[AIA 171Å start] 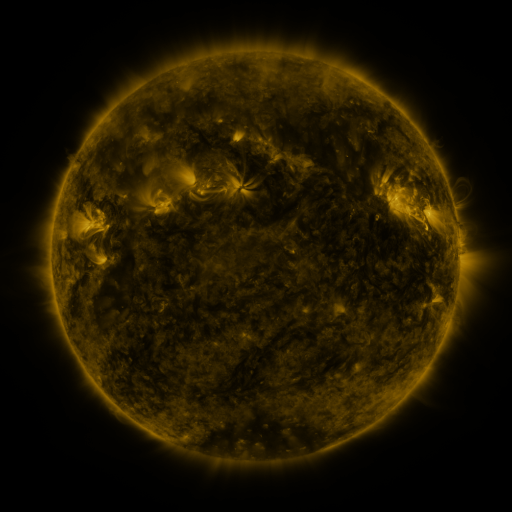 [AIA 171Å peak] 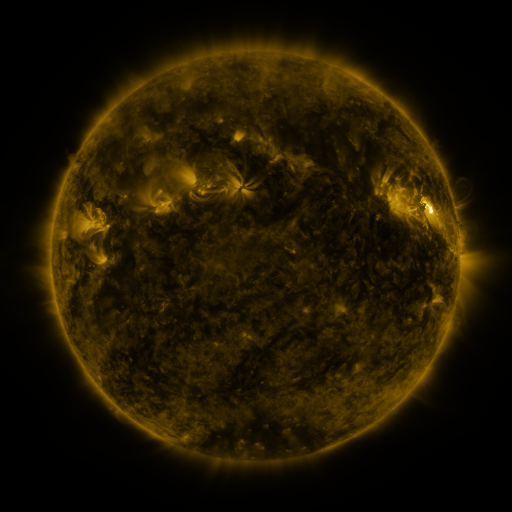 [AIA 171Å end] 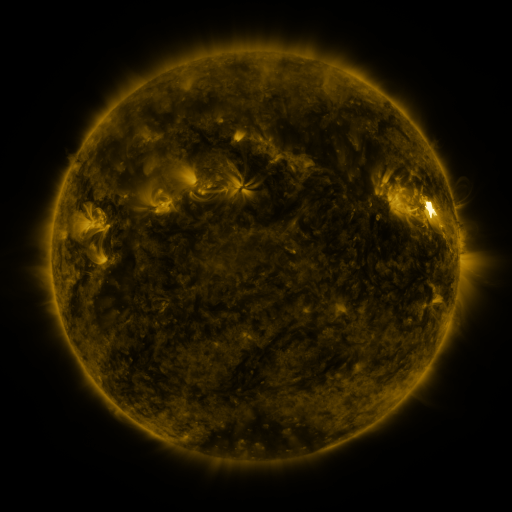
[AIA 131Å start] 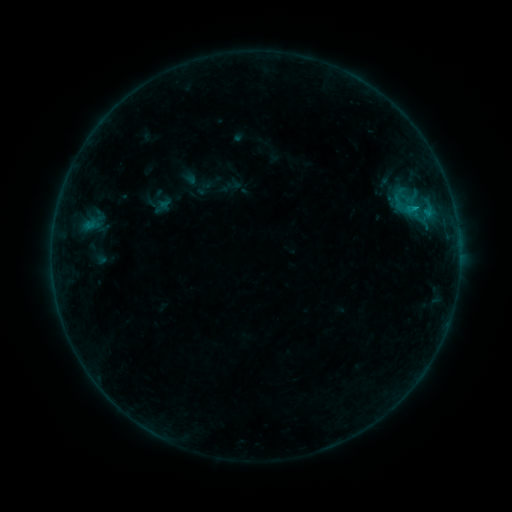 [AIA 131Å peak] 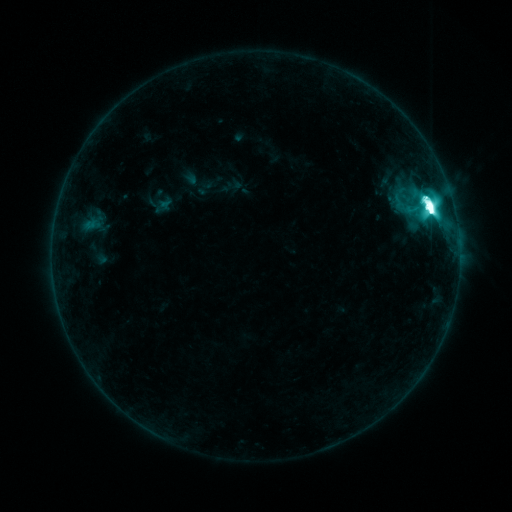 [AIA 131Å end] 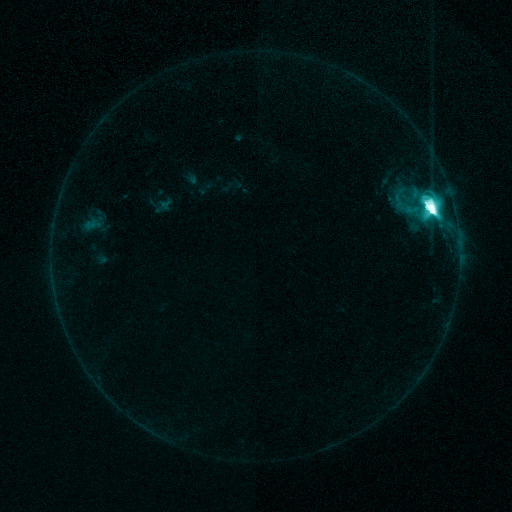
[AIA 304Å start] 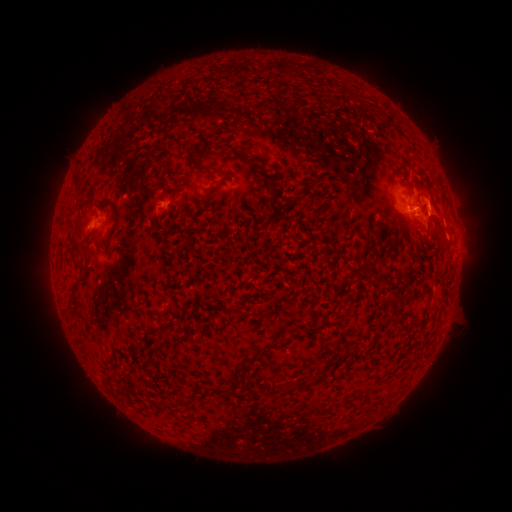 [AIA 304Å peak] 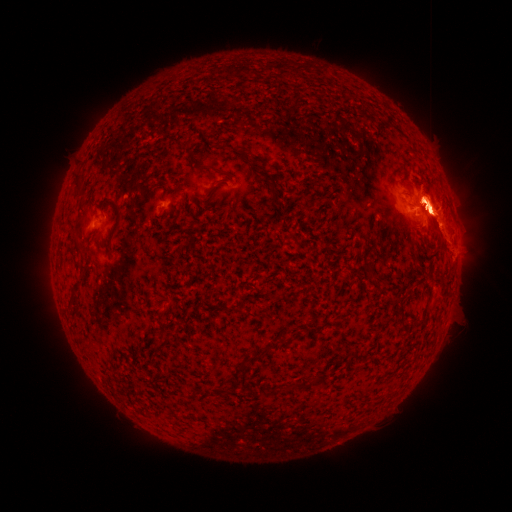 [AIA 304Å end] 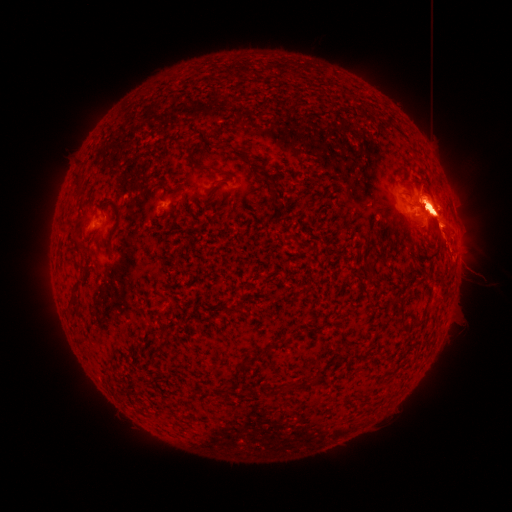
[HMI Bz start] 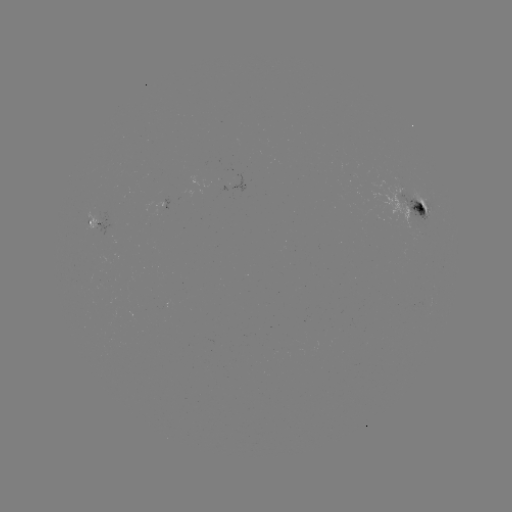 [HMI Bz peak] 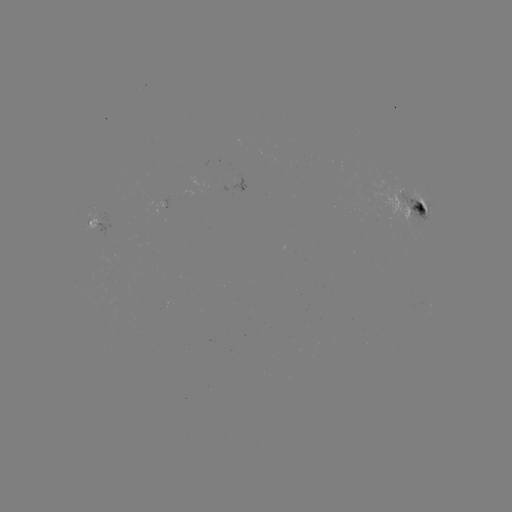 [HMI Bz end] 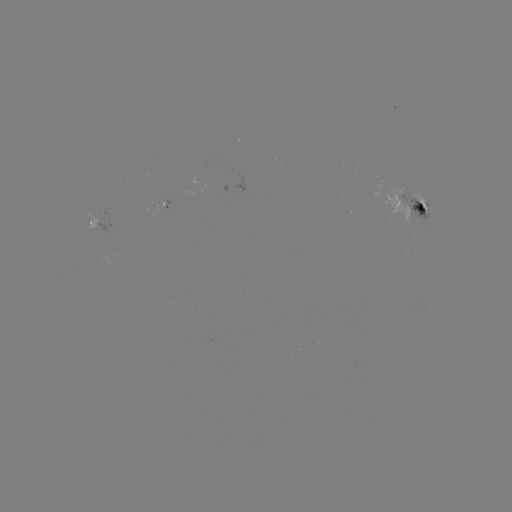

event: flare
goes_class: M6.7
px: (429, 208)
